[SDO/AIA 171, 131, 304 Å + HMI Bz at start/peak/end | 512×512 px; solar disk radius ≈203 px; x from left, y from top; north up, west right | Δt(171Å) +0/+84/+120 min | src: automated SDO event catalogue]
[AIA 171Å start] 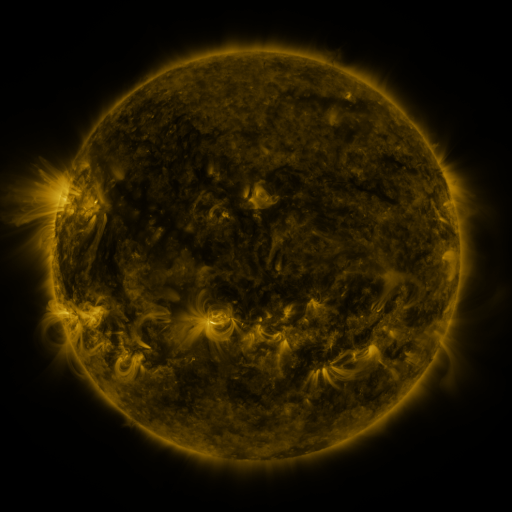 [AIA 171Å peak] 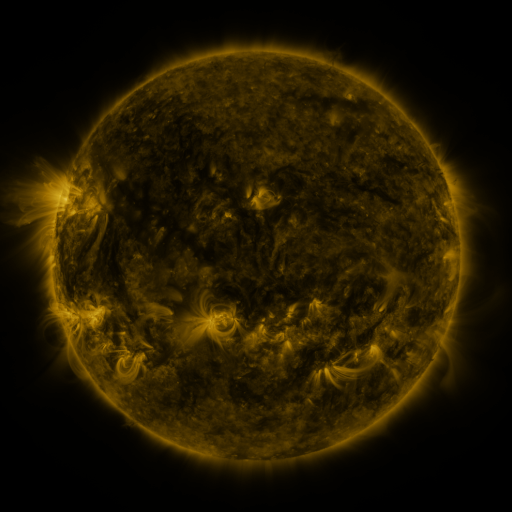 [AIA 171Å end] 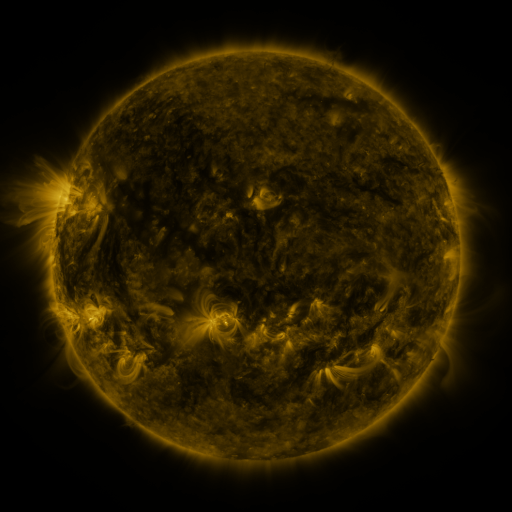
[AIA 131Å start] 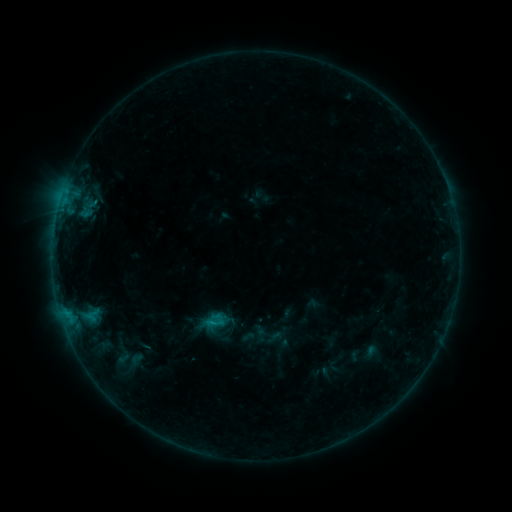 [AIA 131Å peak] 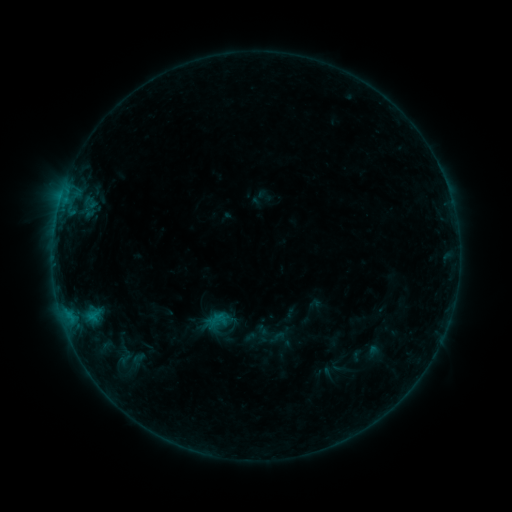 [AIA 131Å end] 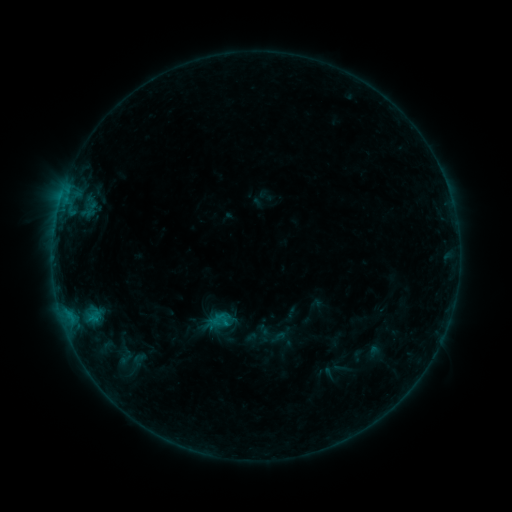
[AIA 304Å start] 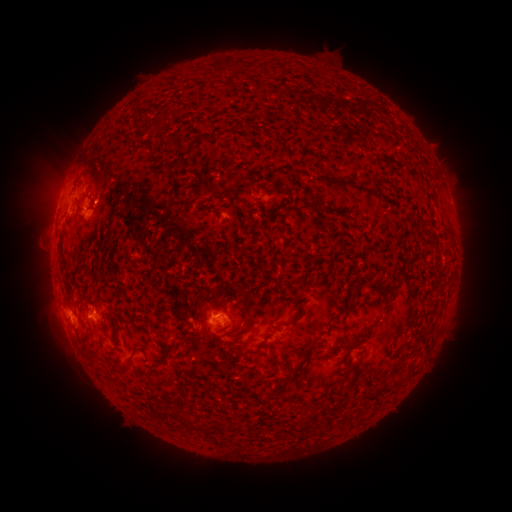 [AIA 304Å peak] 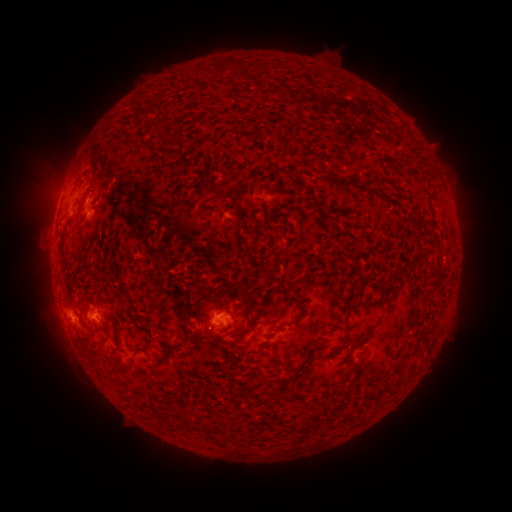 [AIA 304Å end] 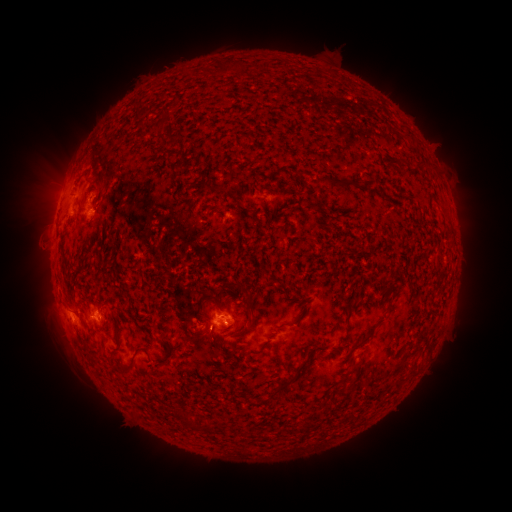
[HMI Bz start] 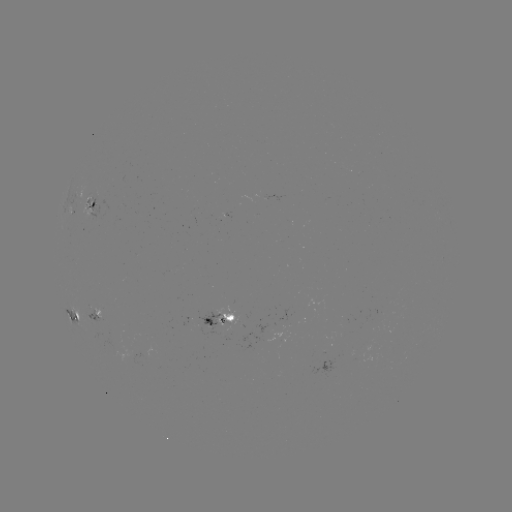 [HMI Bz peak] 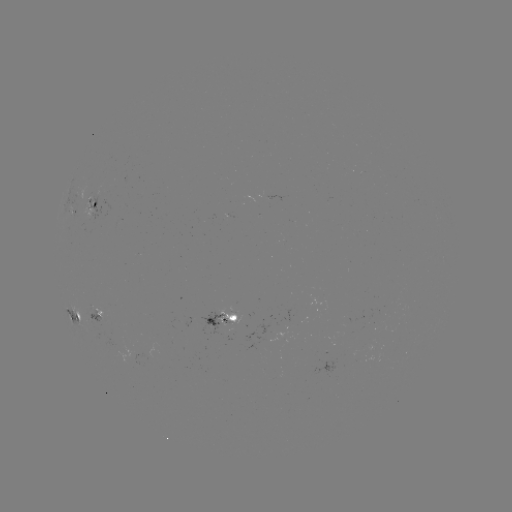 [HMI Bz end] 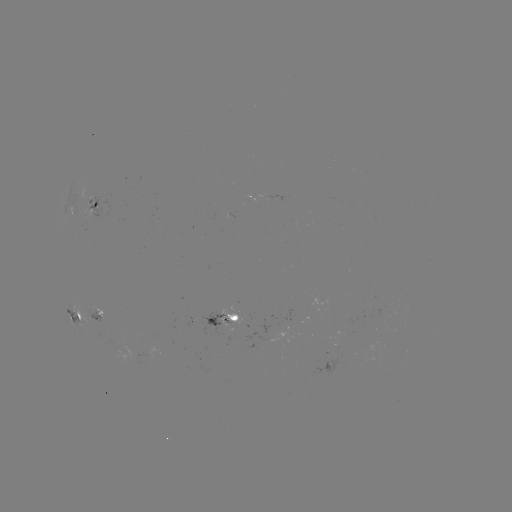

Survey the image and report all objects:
emerging-flux region: (95, 310)
